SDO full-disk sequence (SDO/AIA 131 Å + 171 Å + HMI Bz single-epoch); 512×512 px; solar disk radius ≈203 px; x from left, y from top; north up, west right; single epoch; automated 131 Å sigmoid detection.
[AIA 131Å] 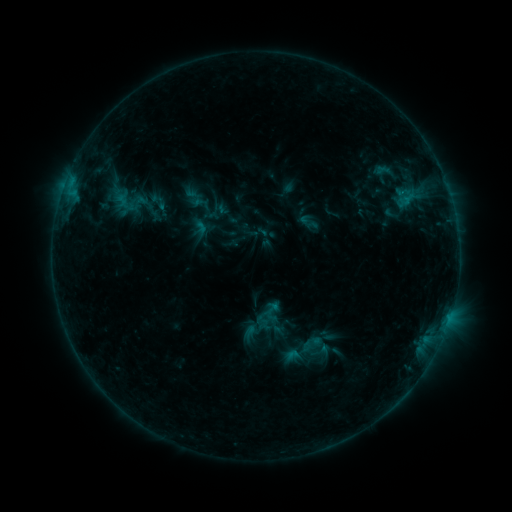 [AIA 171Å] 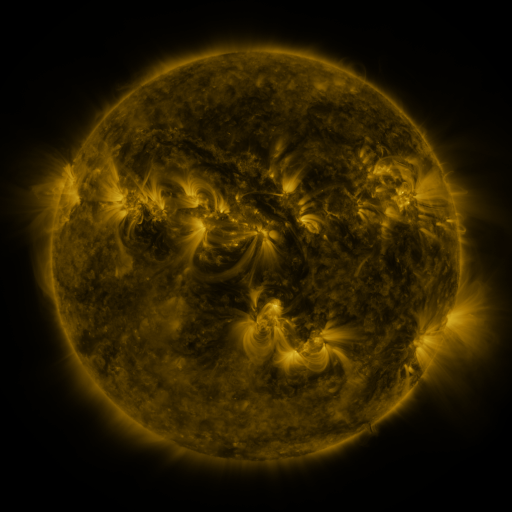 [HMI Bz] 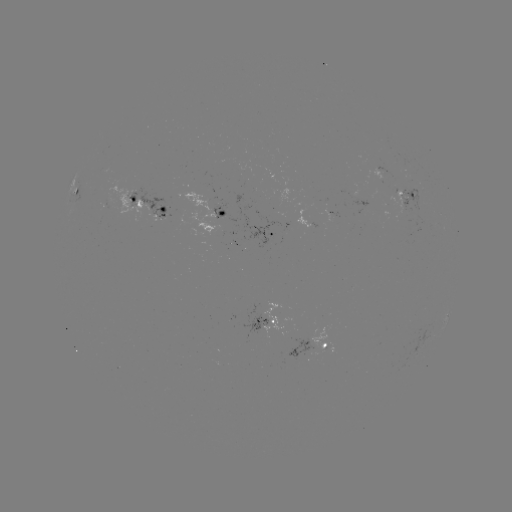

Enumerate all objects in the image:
sigmoid: (183, 186, 206, 209)
sigmoid: (119, 189, 146, 216)
sigmoid: (259, 299, 283, 323)
